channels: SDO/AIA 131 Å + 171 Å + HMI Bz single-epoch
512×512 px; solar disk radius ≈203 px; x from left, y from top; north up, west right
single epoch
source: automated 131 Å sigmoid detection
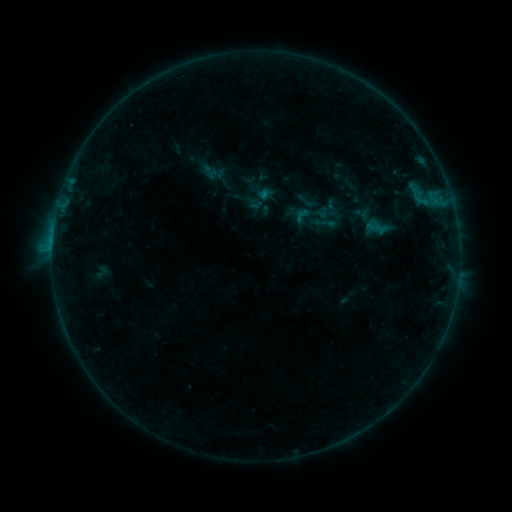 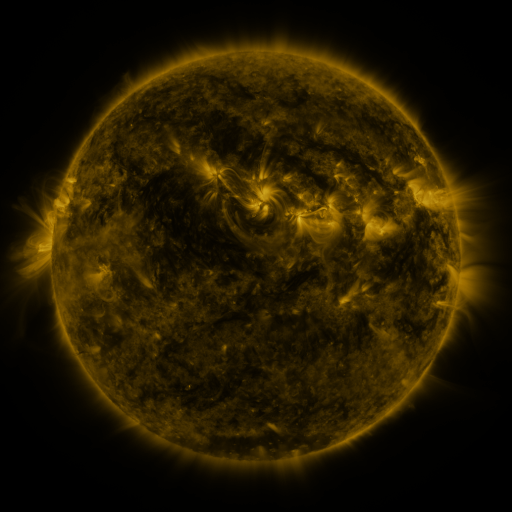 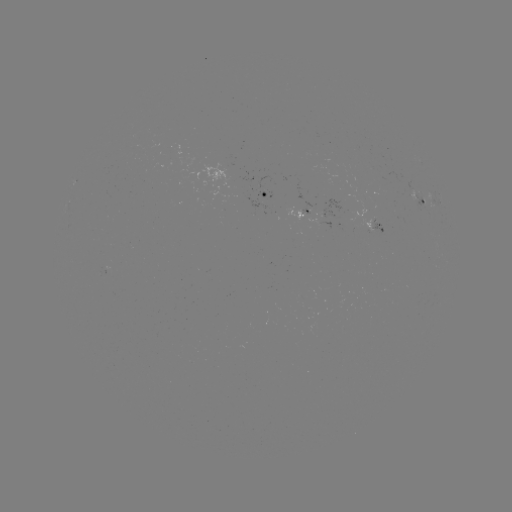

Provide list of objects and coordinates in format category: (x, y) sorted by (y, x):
sigmoid: (208, 167)
sigmoid: (302, 215)
sigmoid: (323, 222)
